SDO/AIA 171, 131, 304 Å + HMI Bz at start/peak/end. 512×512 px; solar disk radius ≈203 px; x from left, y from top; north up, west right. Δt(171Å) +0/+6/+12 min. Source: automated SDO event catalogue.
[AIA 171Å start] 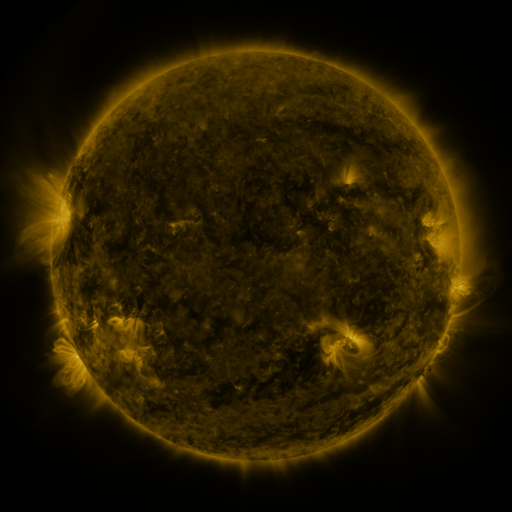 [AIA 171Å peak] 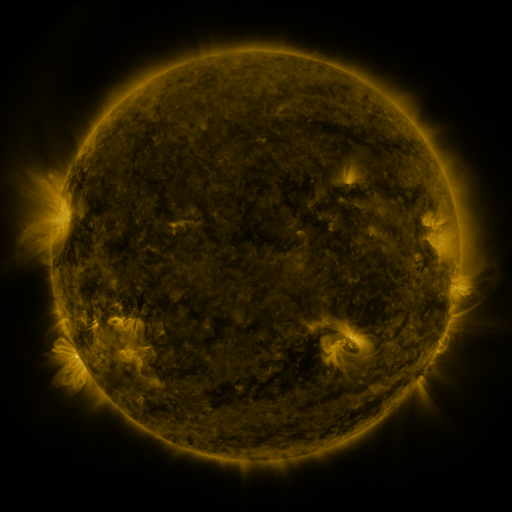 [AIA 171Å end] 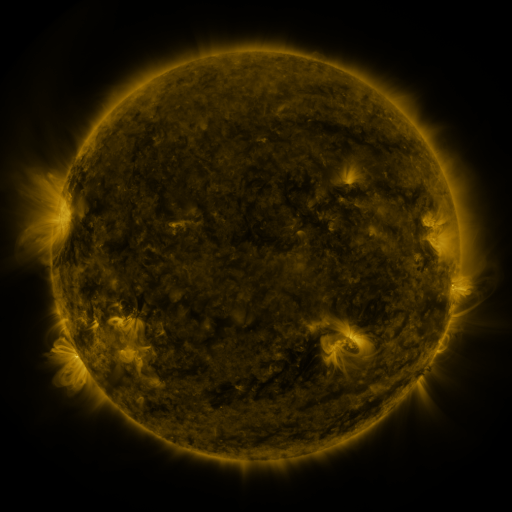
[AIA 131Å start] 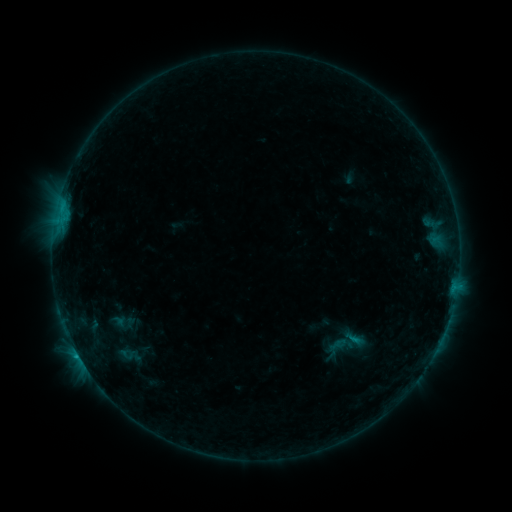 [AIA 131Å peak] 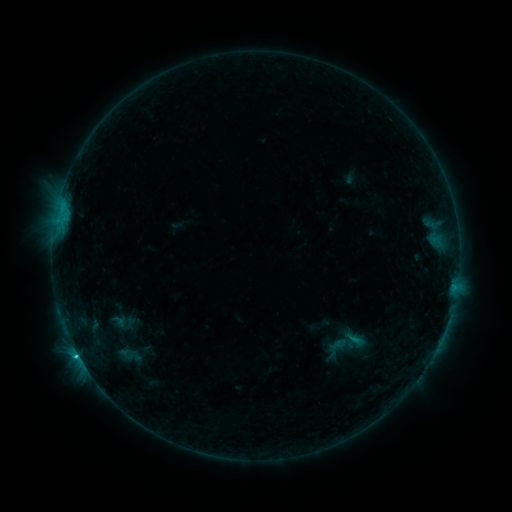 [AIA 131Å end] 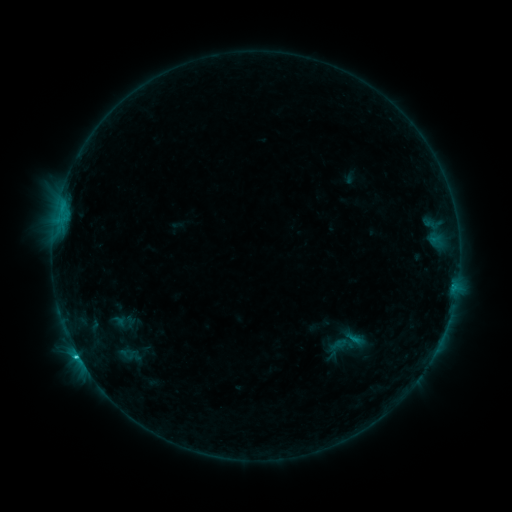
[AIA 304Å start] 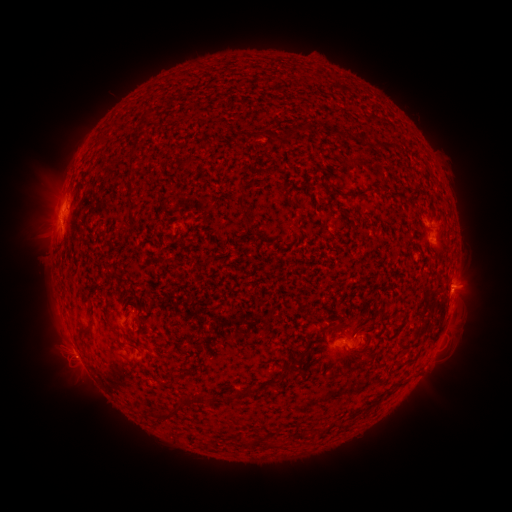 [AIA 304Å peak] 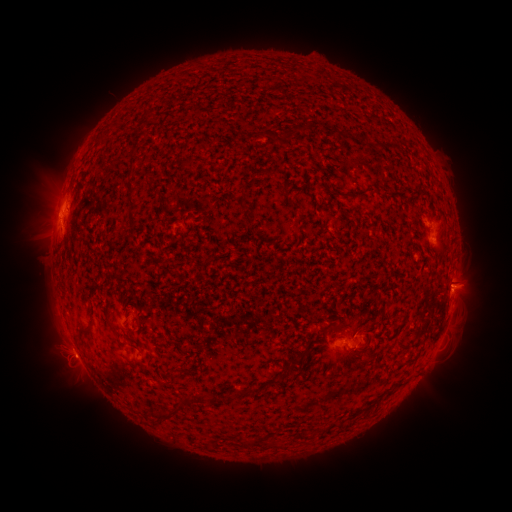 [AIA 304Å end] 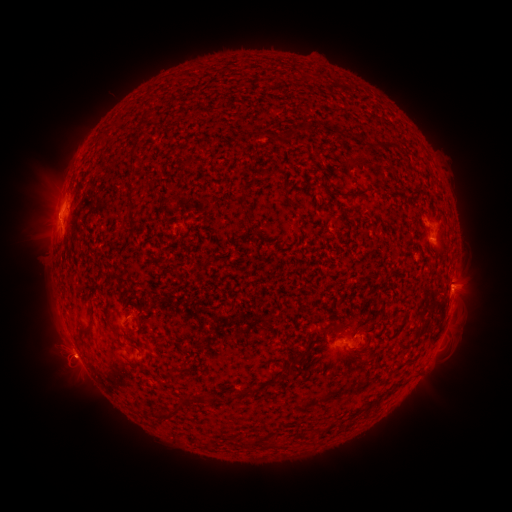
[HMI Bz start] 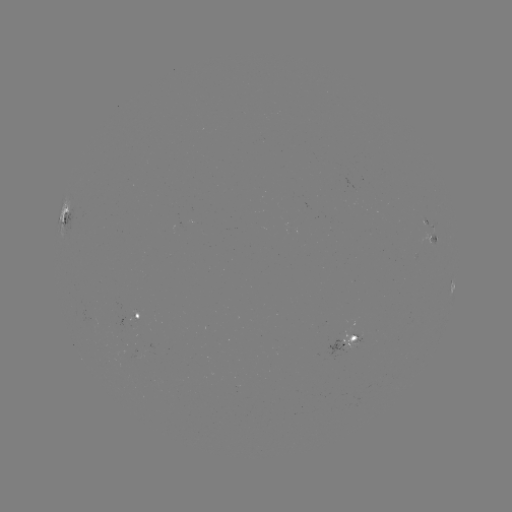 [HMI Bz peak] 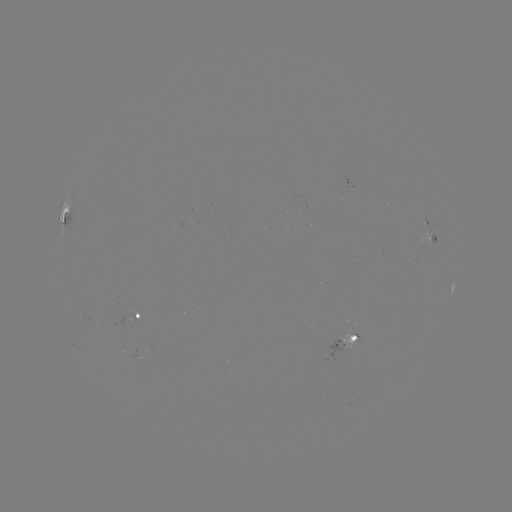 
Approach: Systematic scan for C1.6 flare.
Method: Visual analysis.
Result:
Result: C1.6 flare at [78, 355].